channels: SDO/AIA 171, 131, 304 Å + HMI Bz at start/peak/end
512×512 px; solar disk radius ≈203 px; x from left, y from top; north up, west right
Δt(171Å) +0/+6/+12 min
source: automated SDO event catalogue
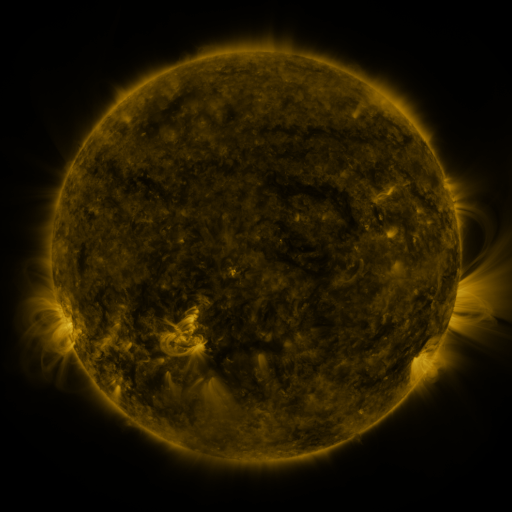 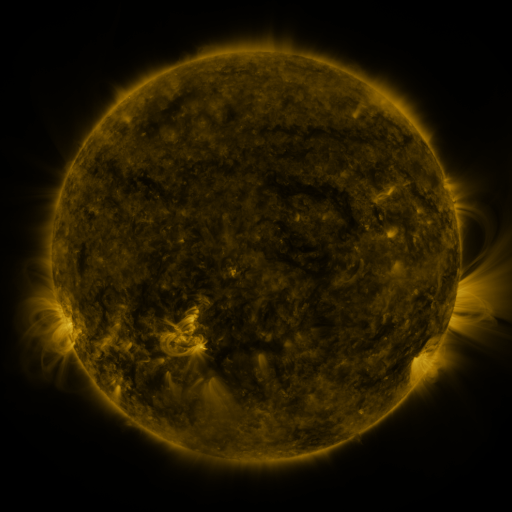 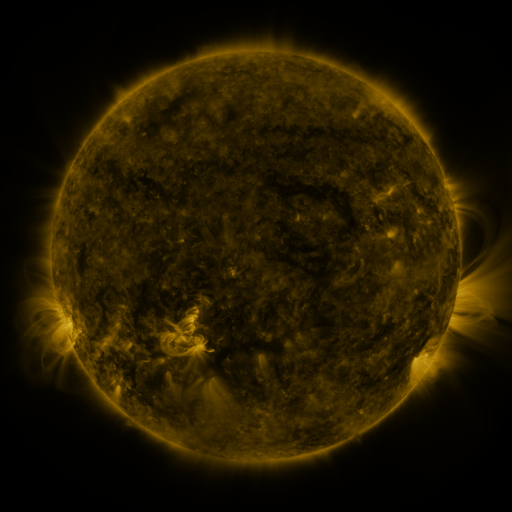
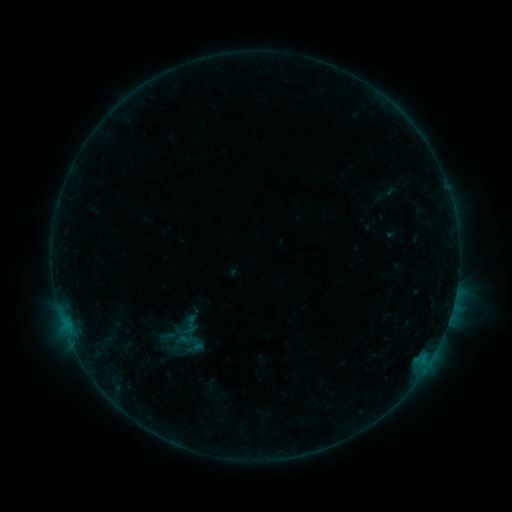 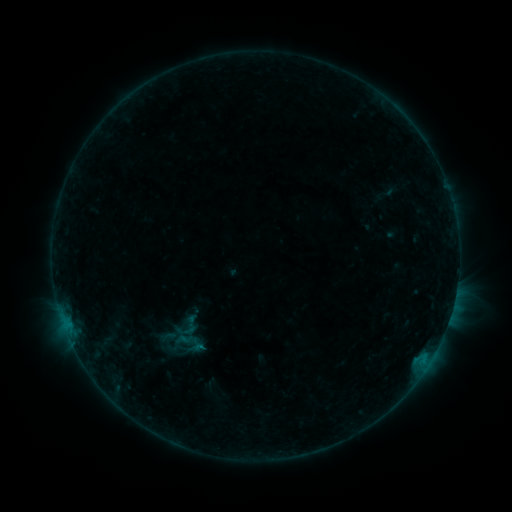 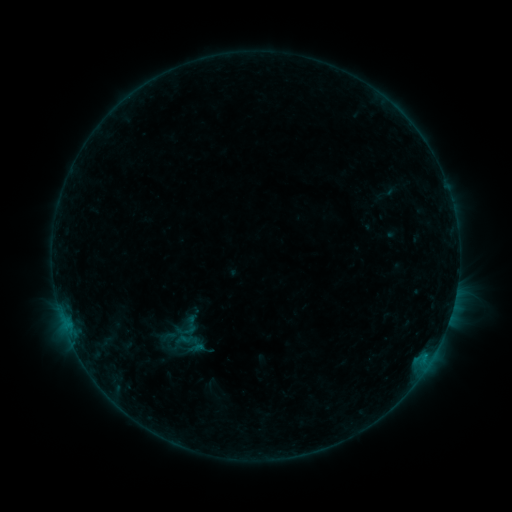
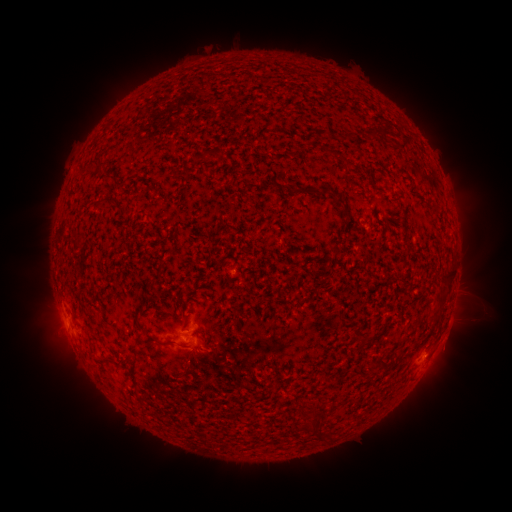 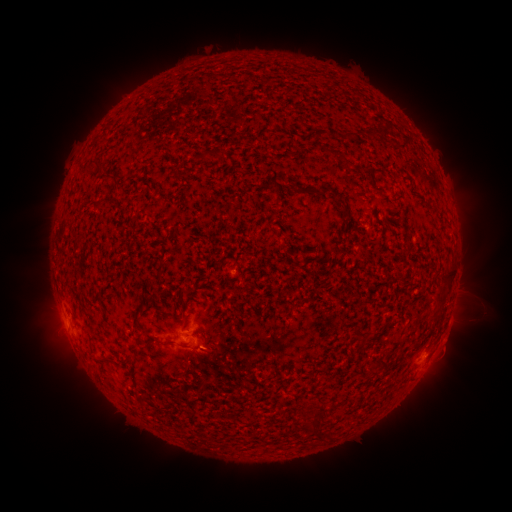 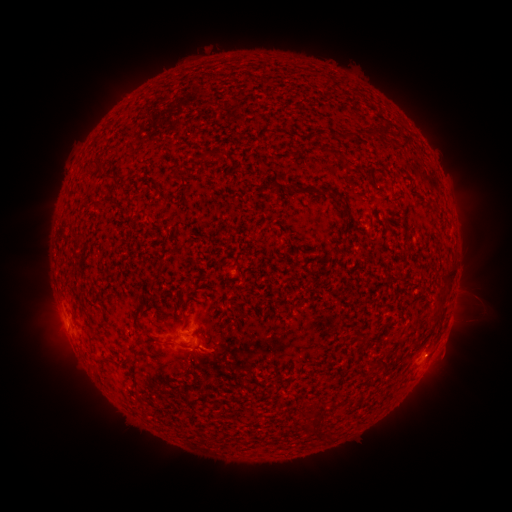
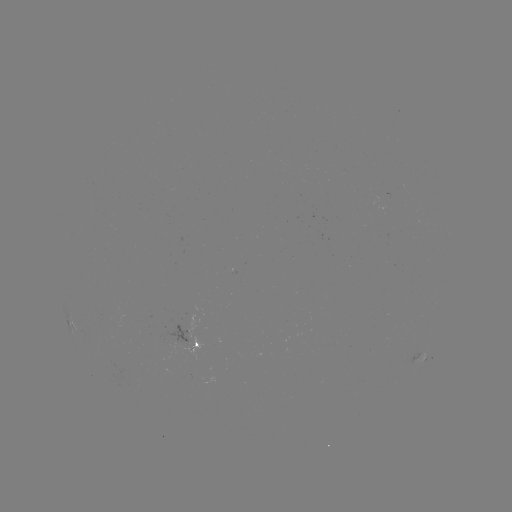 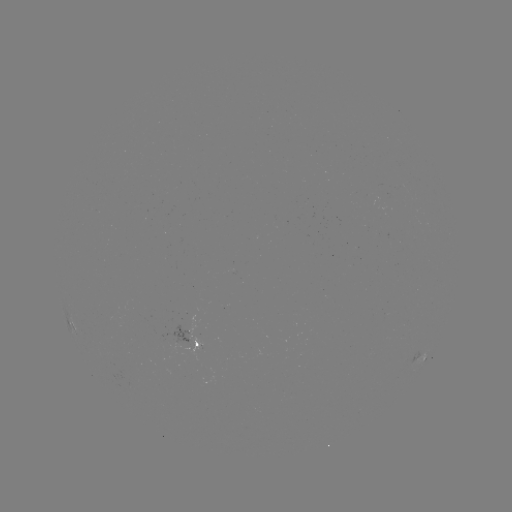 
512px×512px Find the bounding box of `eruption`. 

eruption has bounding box [164, 329, 251, 391].